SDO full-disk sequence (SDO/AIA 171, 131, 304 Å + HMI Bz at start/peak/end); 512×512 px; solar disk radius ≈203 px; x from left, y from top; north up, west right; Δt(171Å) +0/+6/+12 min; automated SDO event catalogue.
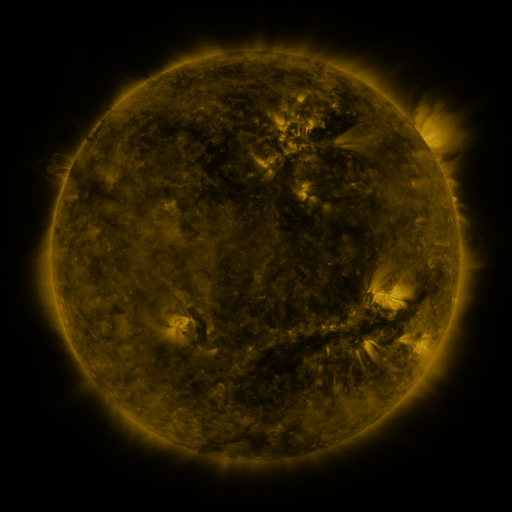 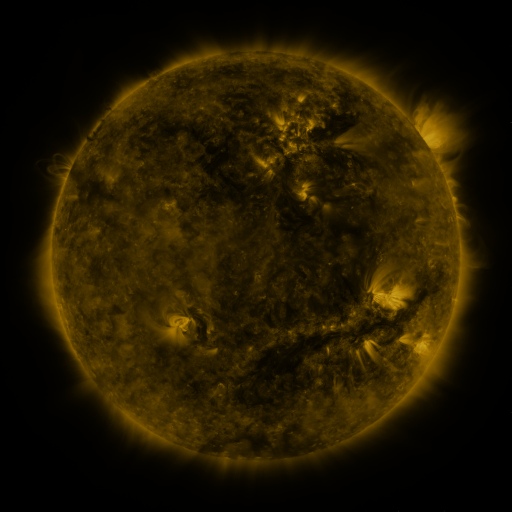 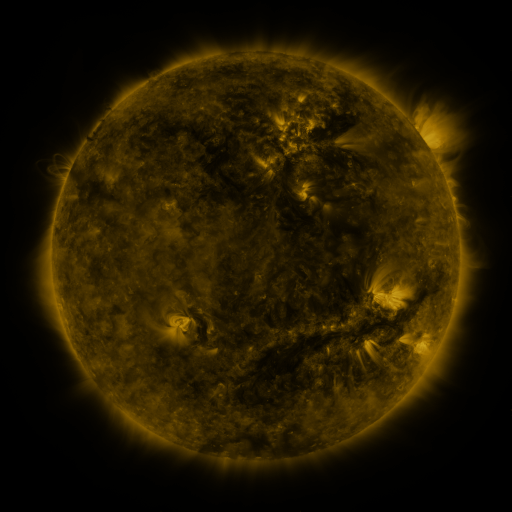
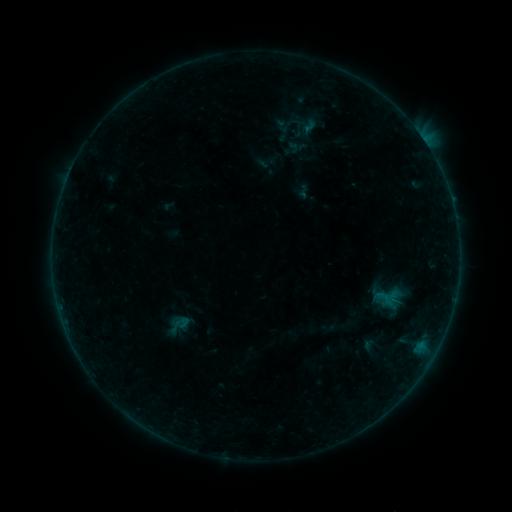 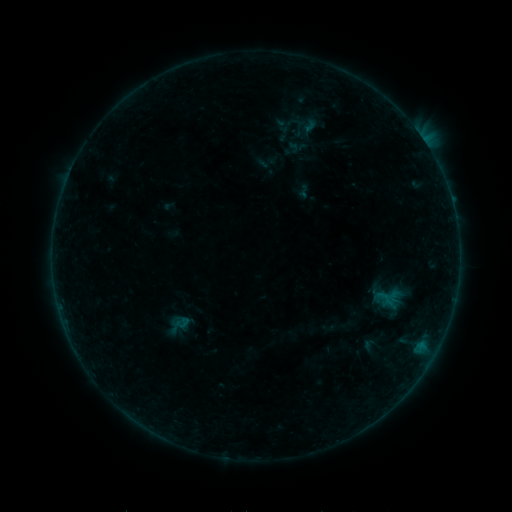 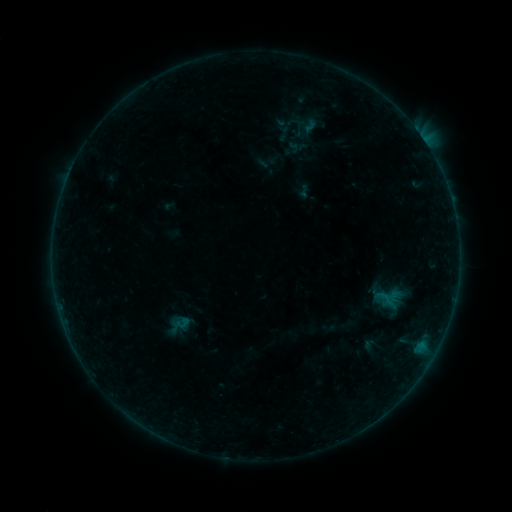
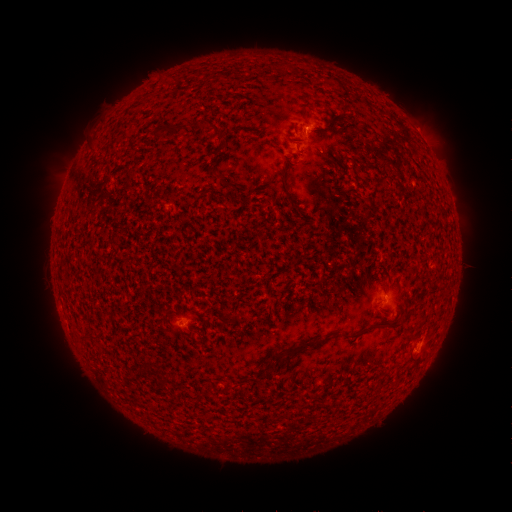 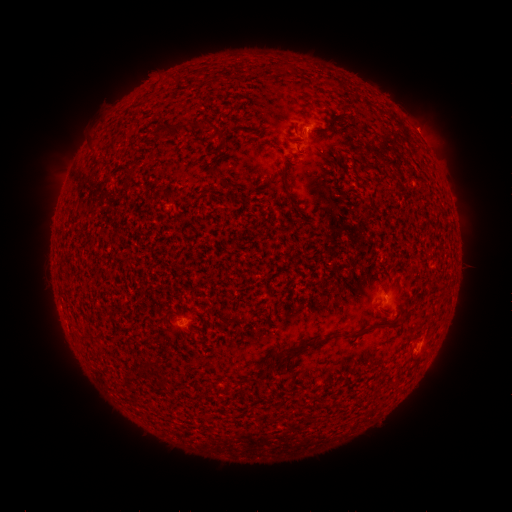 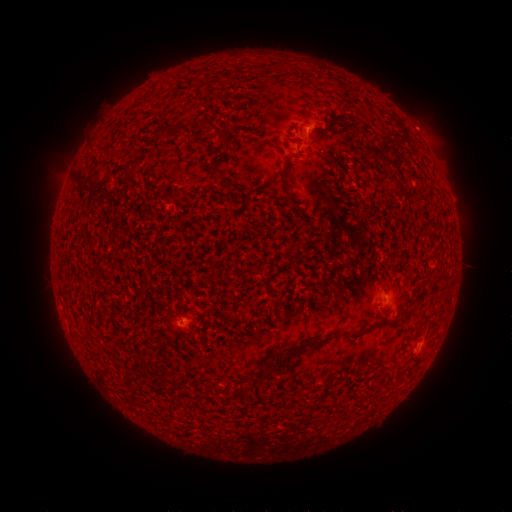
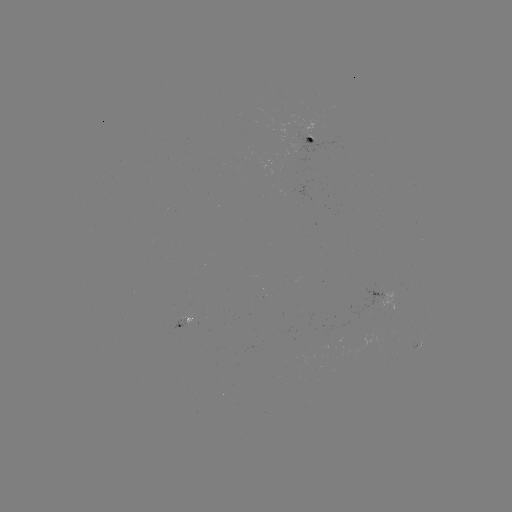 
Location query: eruption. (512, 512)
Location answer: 422,126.